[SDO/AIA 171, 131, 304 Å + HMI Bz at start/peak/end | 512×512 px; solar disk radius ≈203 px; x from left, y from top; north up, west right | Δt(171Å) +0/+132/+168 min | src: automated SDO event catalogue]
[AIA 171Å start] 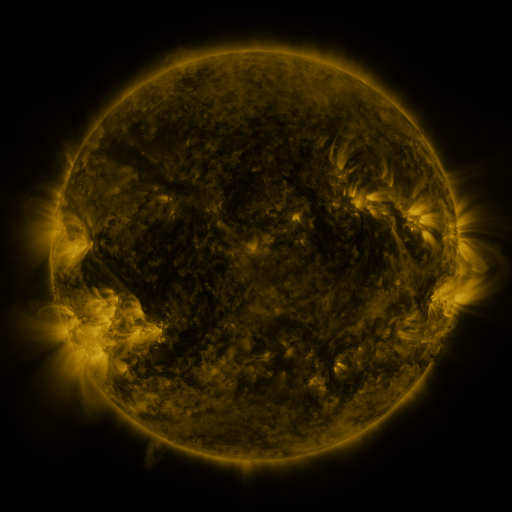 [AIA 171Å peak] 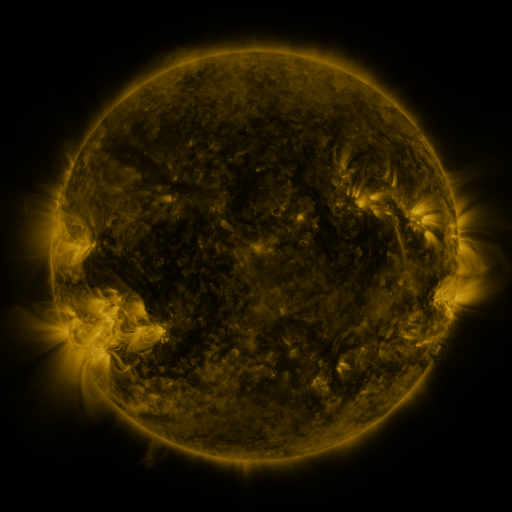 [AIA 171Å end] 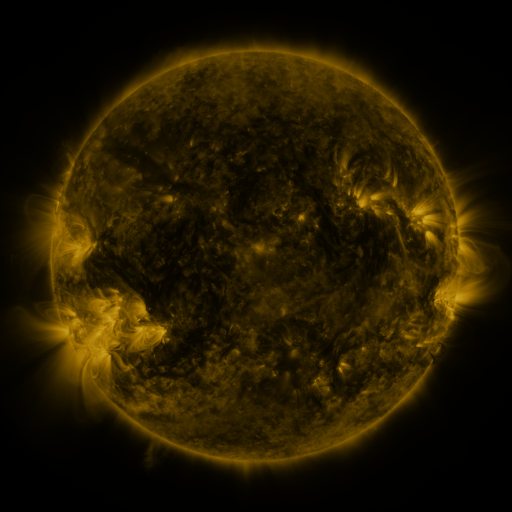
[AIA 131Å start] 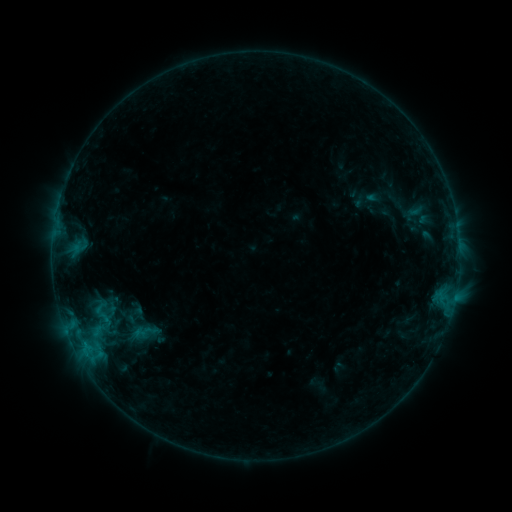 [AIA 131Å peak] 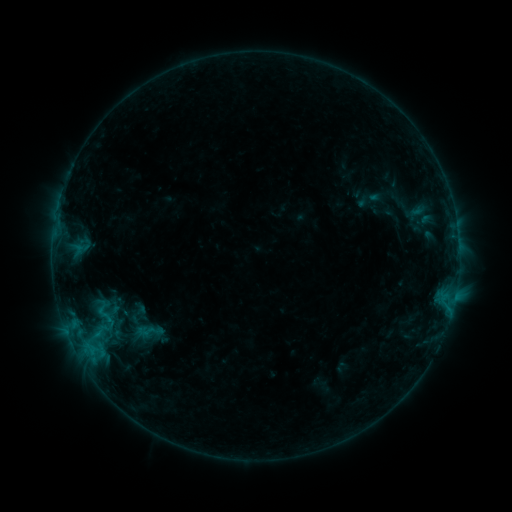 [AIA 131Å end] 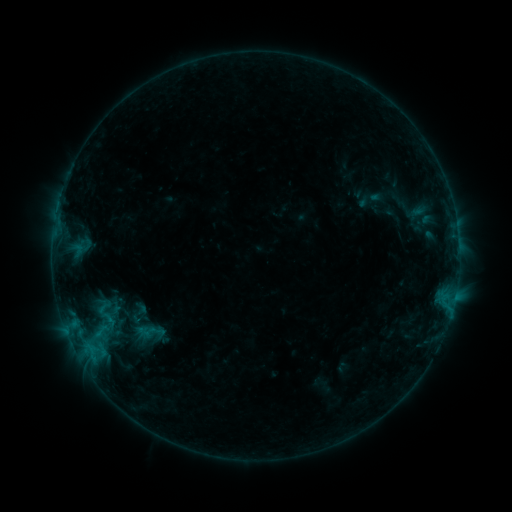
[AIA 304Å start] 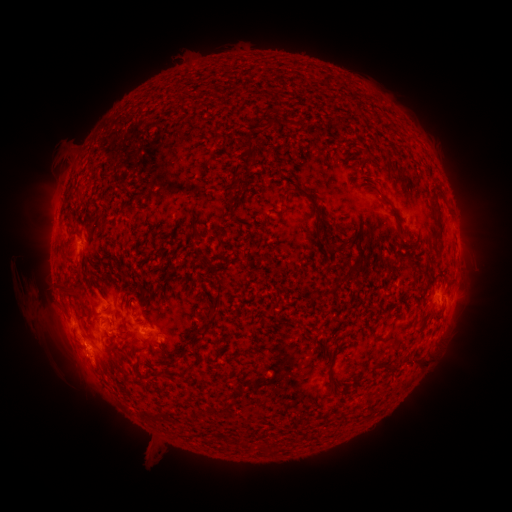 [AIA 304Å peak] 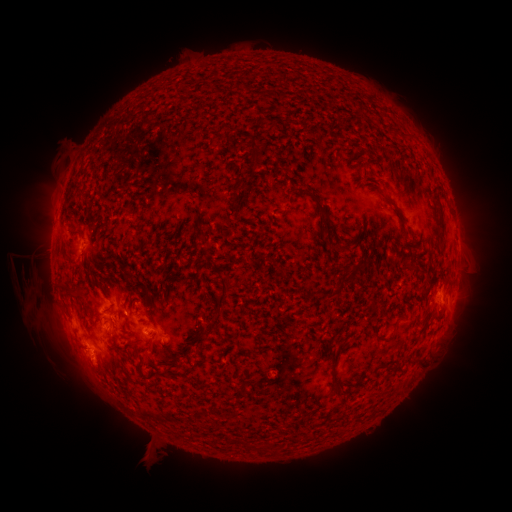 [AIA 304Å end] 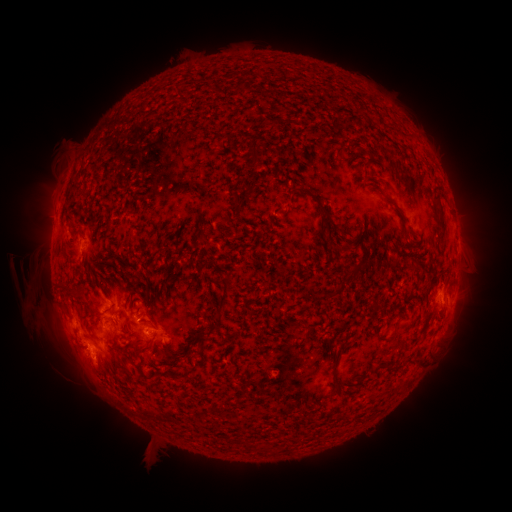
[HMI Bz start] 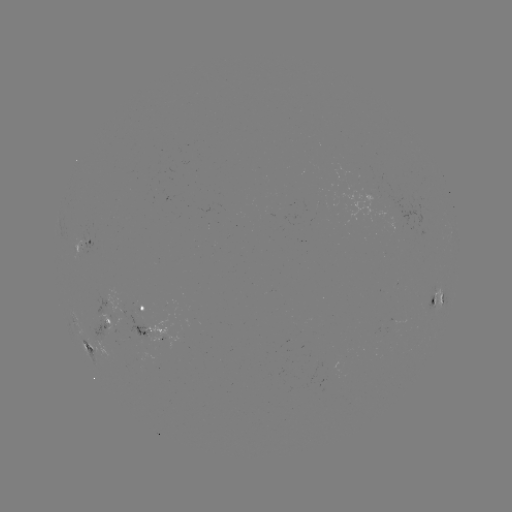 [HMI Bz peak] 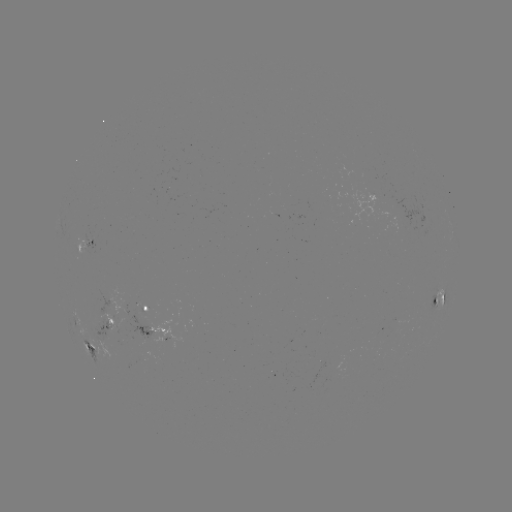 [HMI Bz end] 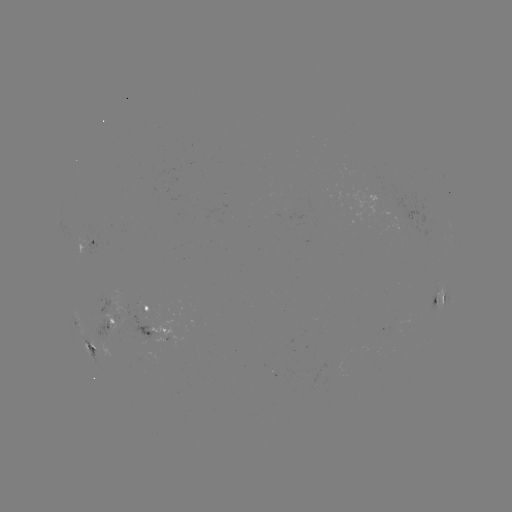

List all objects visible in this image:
emerging-flux region: (141, 312)
